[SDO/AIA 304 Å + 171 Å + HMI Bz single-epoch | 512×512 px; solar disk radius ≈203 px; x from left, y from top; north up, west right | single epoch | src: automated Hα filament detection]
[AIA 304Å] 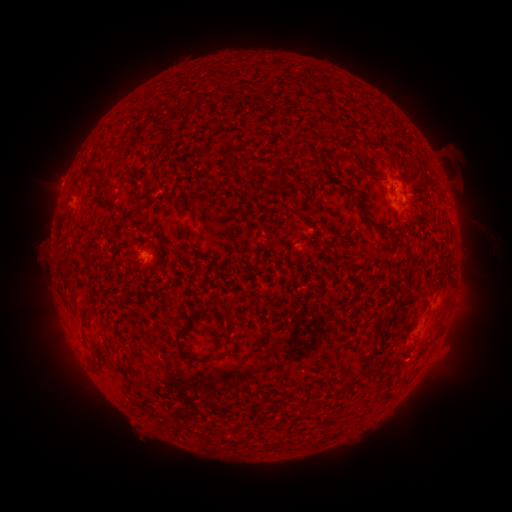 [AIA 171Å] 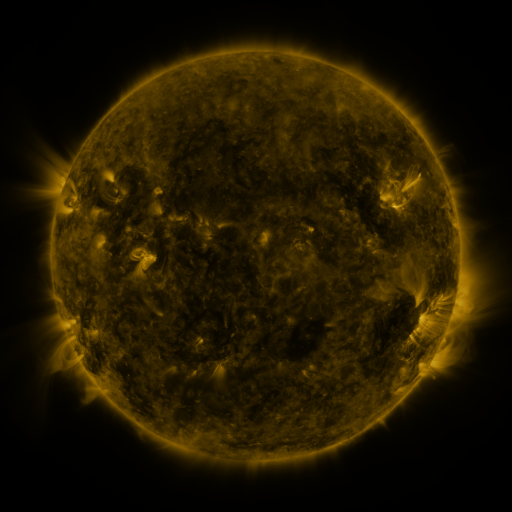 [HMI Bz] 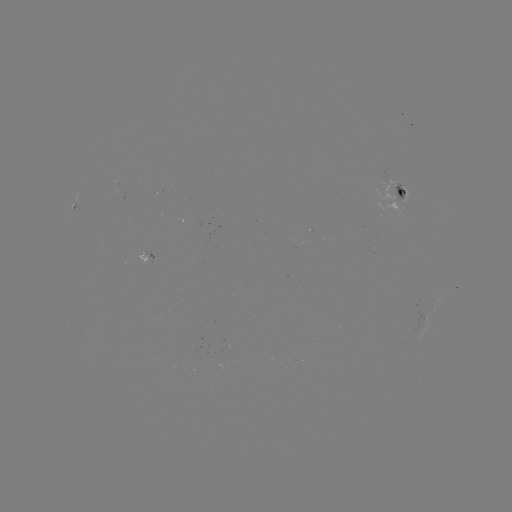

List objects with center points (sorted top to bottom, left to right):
filament: (338, 152, 370, 177)
filament: (396, 188, 407, 198)
filament: (134, 200, 146, 215)
filament: (180, 206, 193, 214)
filament: (362, 213, 375, 228)
filament: (378, 227, 389, 237)
filament: (426, 306, 440, 318)
filament: (184, 308, 201, 322)
filament: (80, 314, 90, 322)
filament: (173, 324, 217, 363)
filament: (348, 371, 358, 380)
